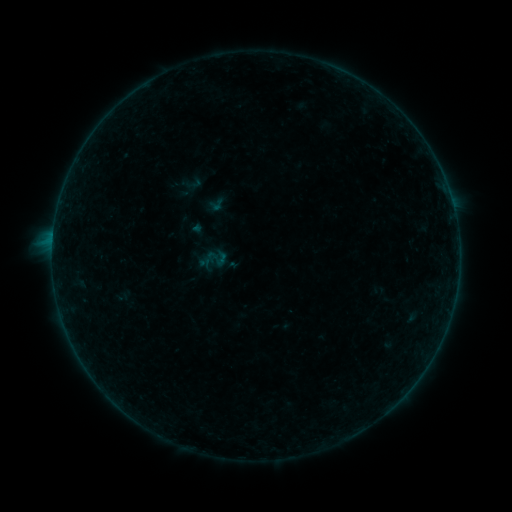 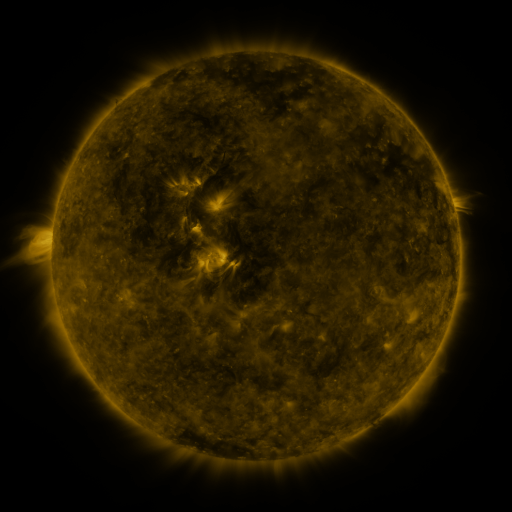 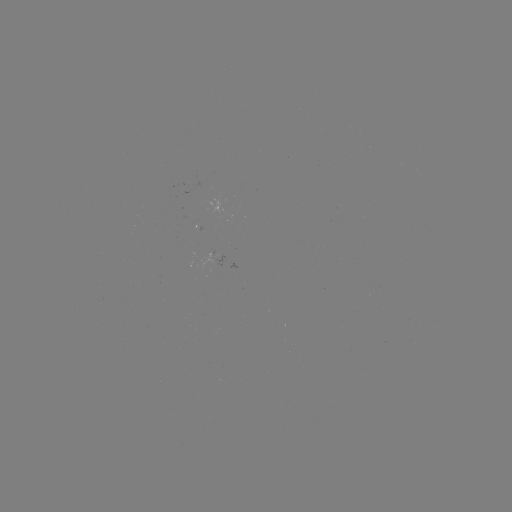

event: sigmoid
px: (194, 183)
